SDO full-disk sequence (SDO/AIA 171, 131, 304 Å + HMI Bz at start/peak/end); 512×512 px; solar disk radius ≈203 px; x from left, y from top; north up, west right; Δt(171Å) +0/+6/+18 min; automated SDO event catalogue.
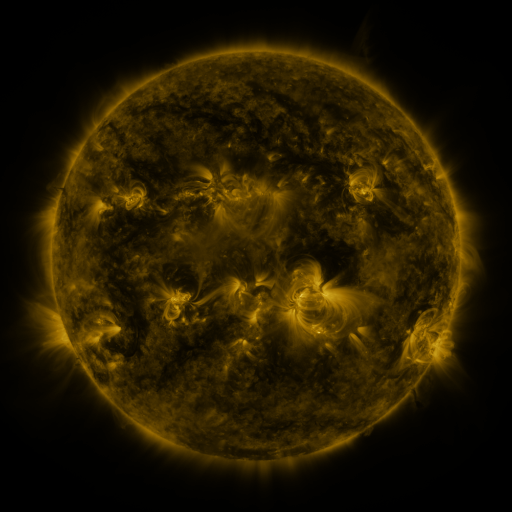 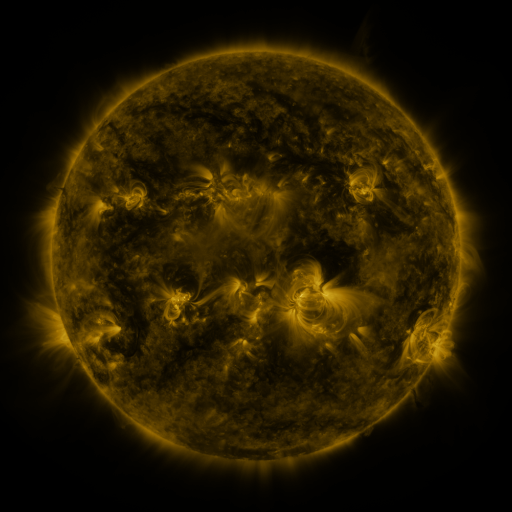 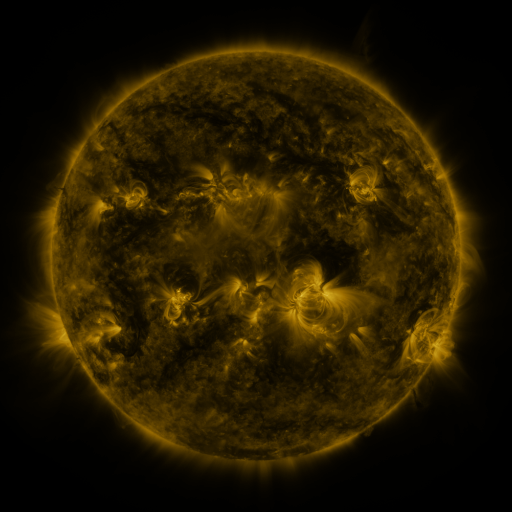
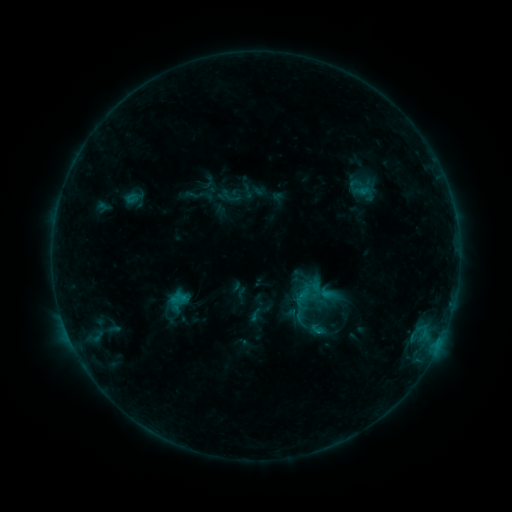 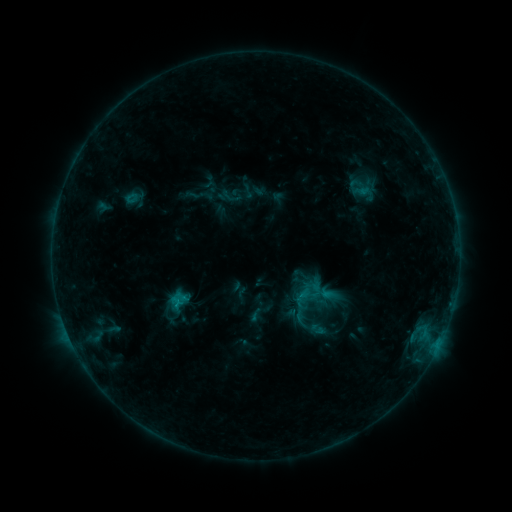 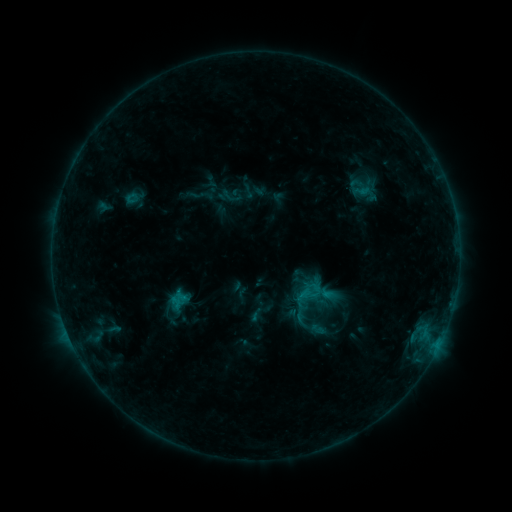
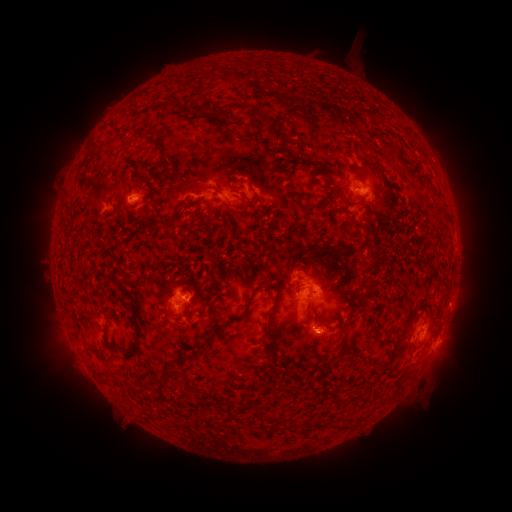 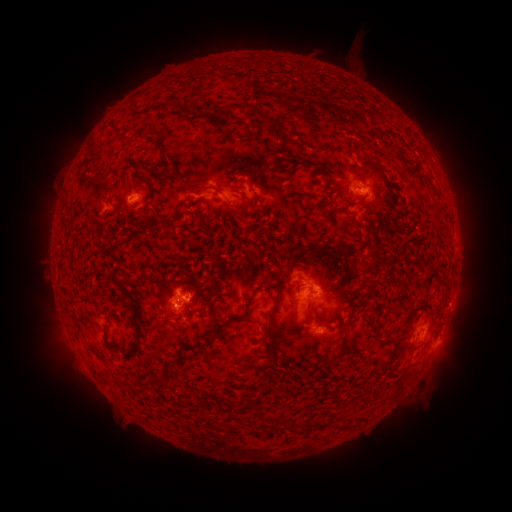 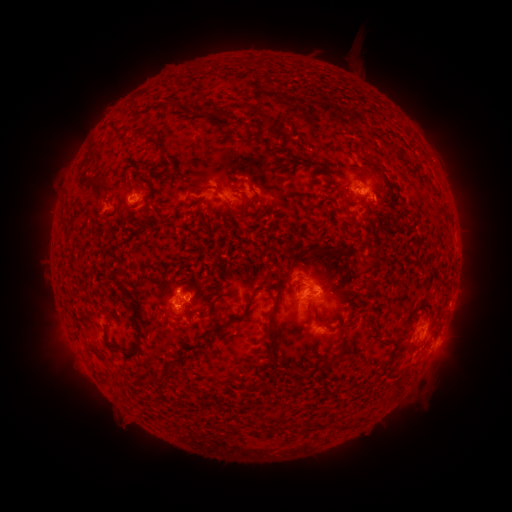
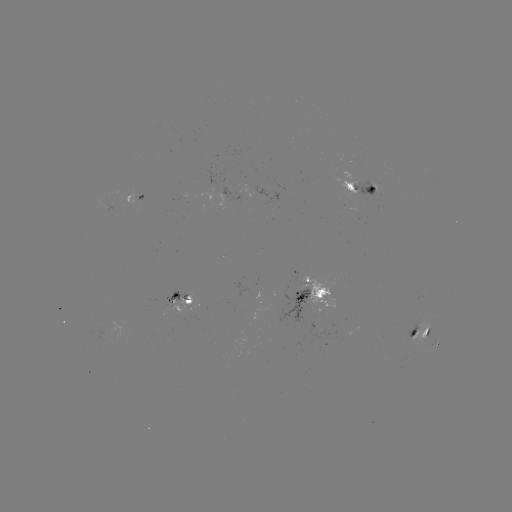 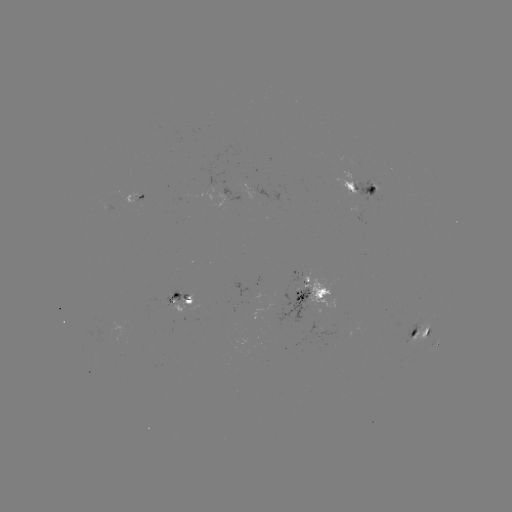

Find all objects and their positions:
B9.9 flare: (180, 303)
